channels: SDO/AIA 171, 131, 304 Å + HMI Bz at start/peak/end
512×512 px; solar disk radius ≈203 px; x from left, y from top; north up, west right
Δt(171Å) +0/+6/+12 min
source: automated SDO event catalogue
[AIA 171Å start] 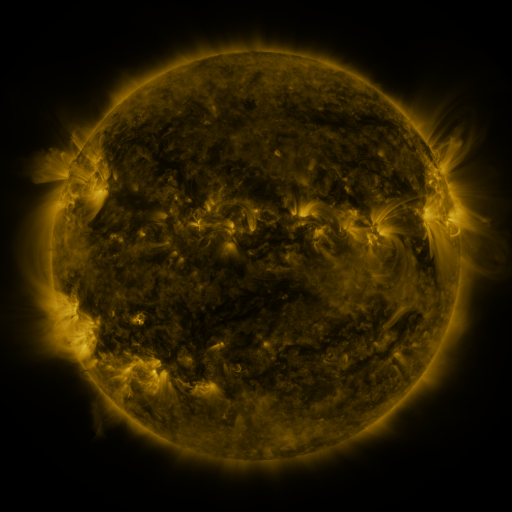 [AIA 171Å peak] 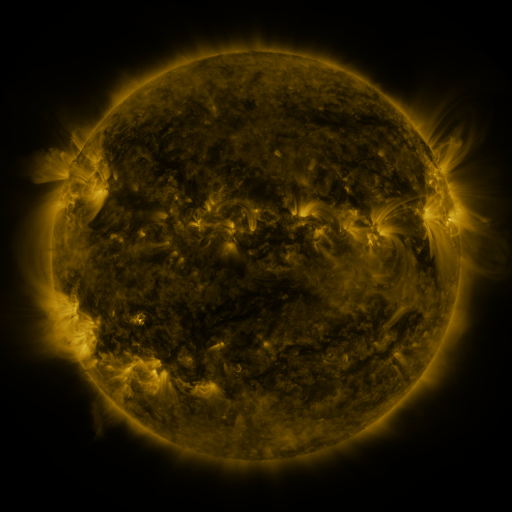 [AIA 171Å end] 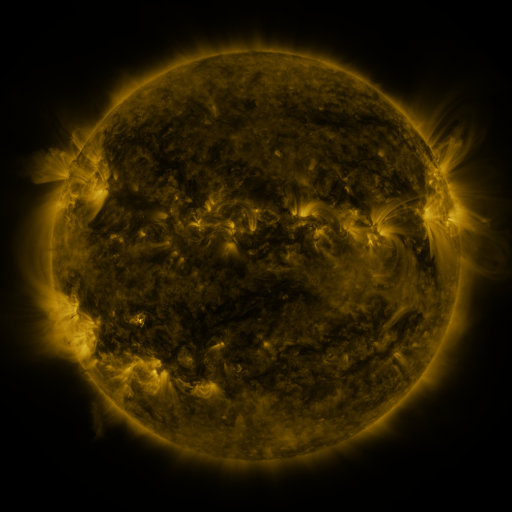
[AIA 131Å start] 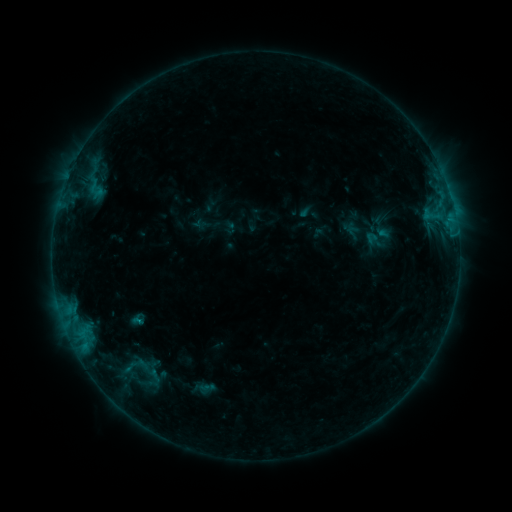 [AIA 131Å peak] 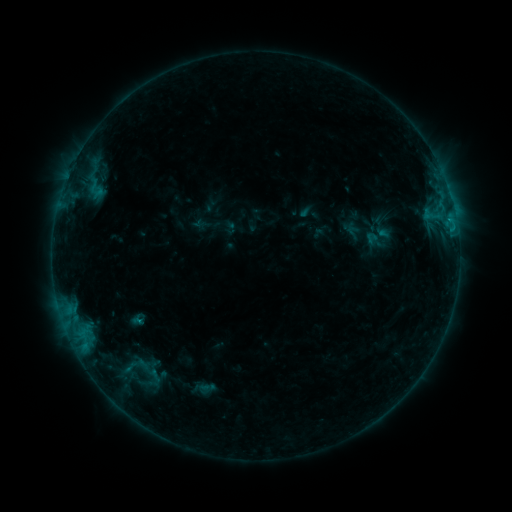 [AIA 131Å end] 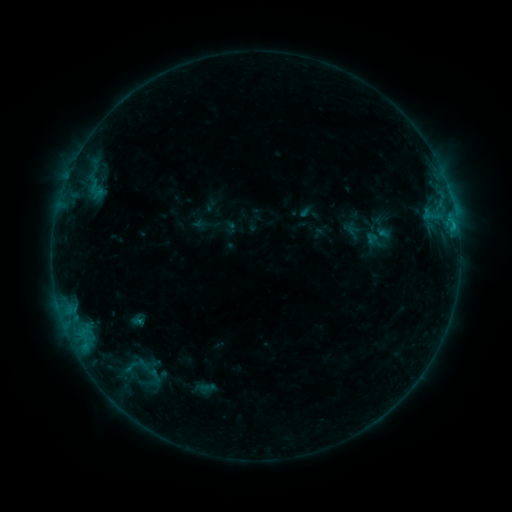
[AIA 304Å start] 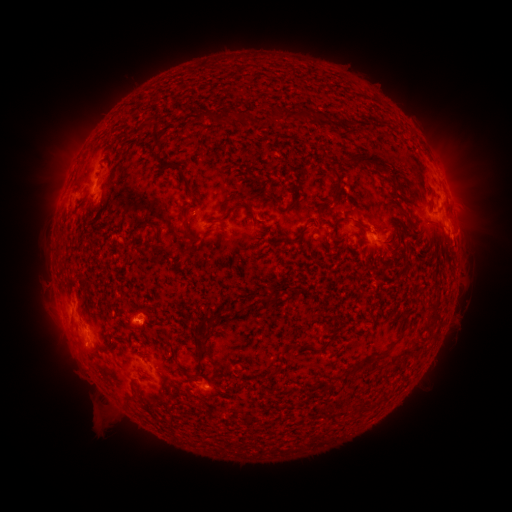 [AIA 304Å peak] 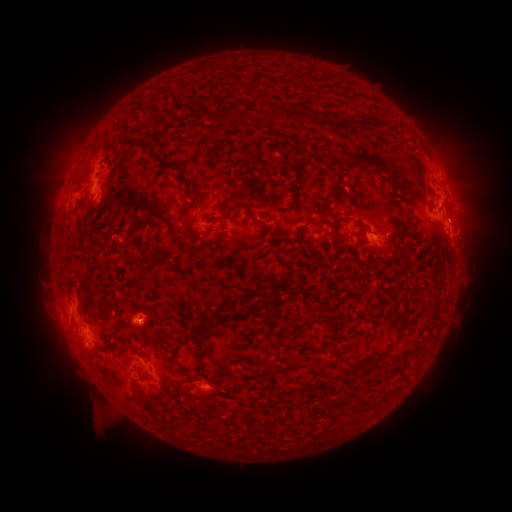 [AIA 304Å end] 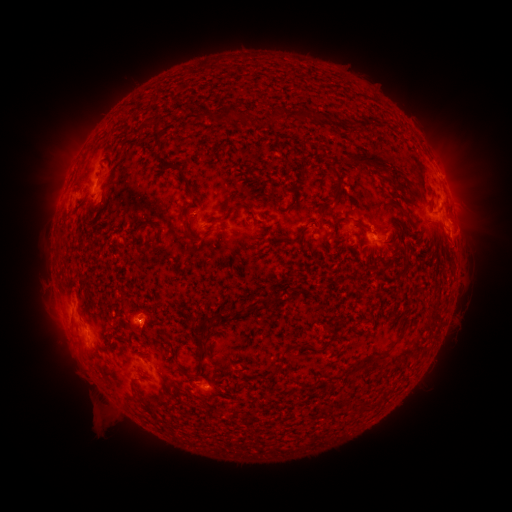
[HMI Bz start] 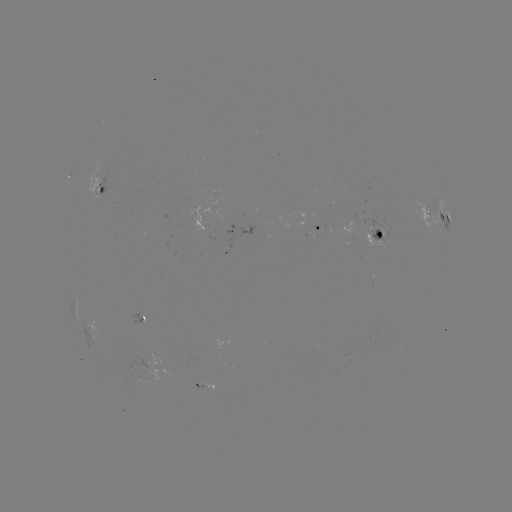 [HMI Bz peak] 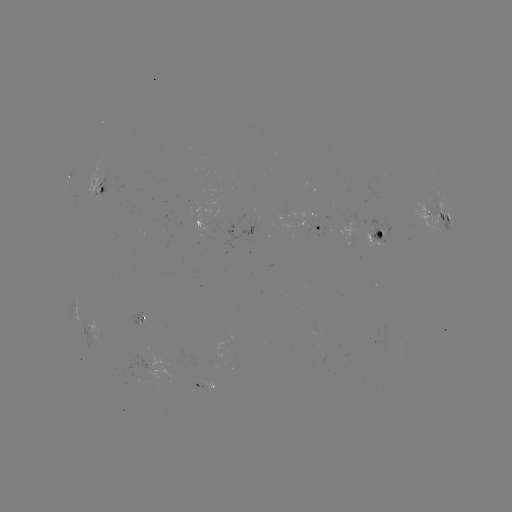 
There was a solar flare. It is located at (452, 233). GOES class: B7.2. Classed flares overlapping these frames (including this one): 1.